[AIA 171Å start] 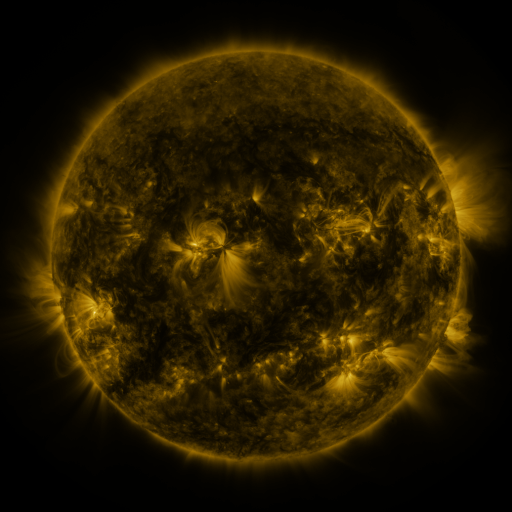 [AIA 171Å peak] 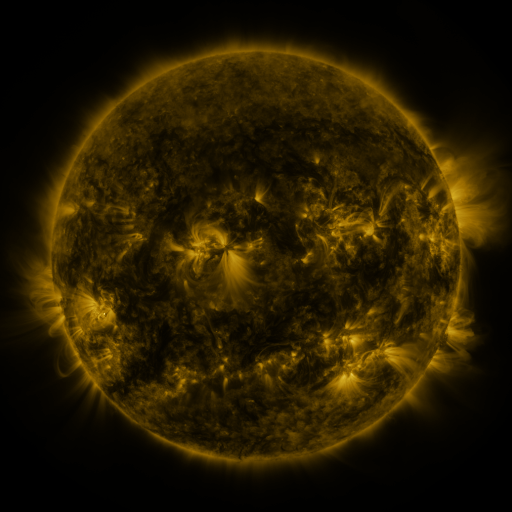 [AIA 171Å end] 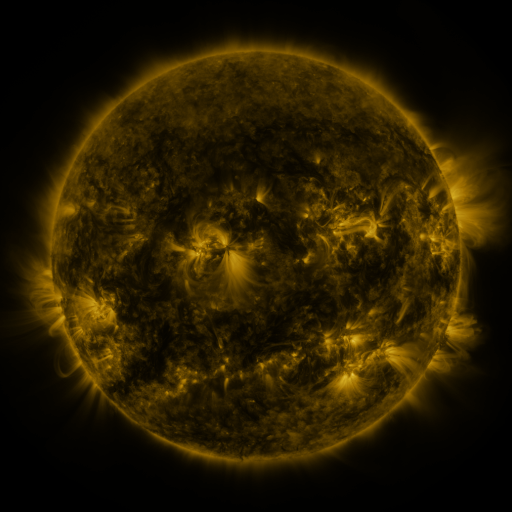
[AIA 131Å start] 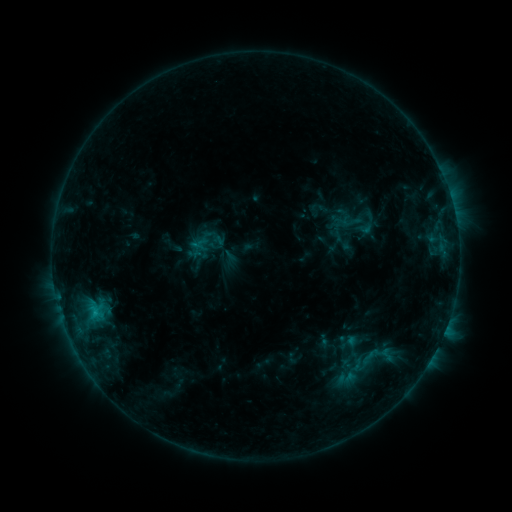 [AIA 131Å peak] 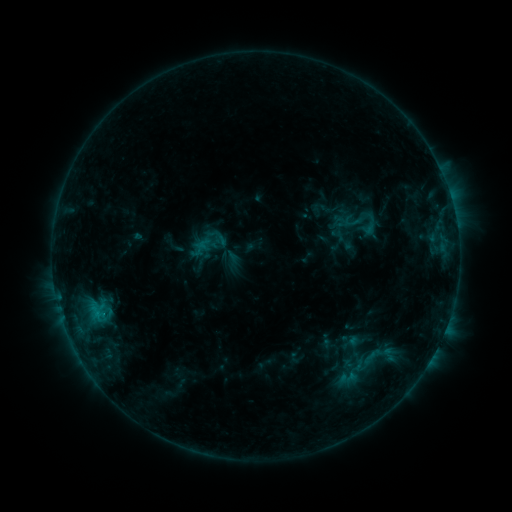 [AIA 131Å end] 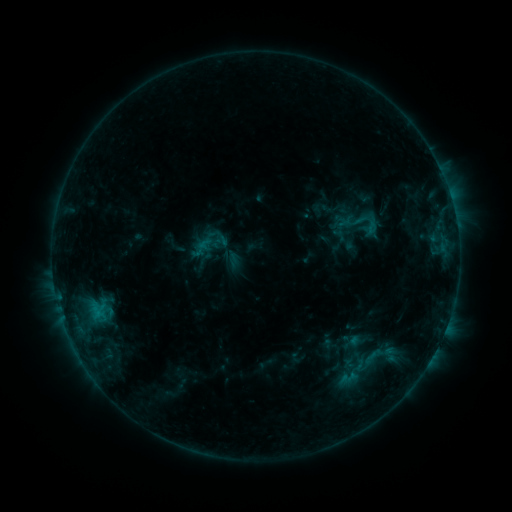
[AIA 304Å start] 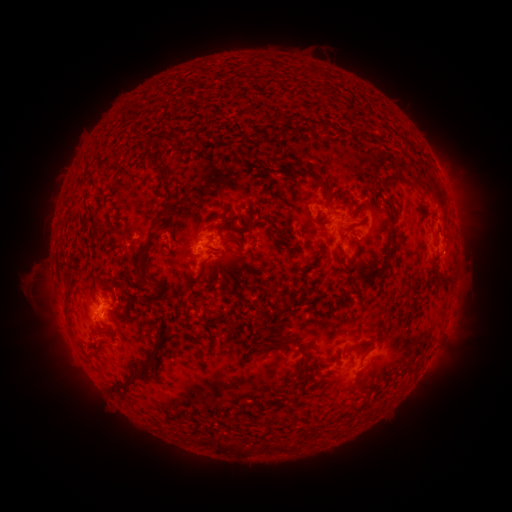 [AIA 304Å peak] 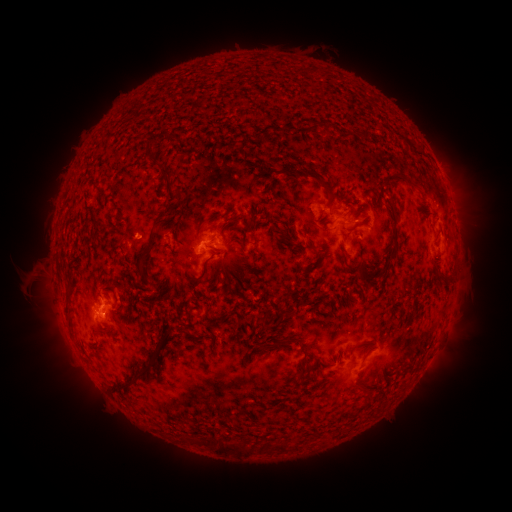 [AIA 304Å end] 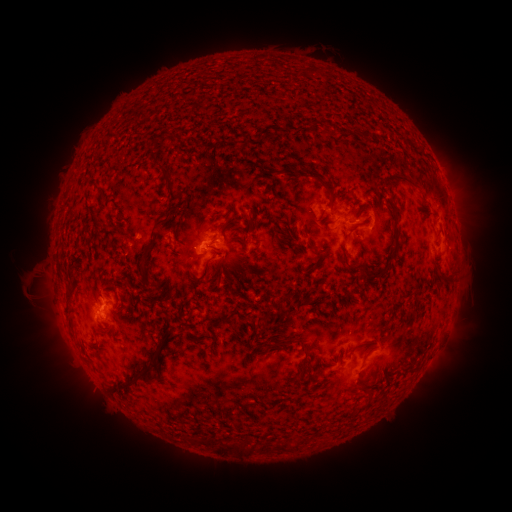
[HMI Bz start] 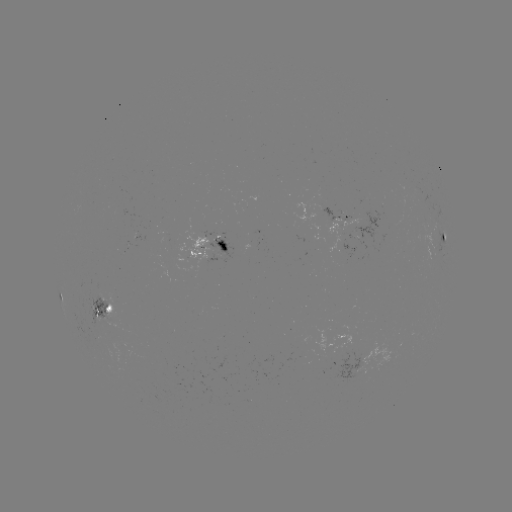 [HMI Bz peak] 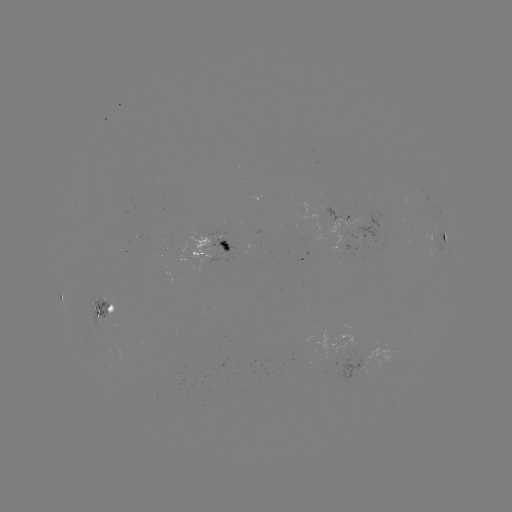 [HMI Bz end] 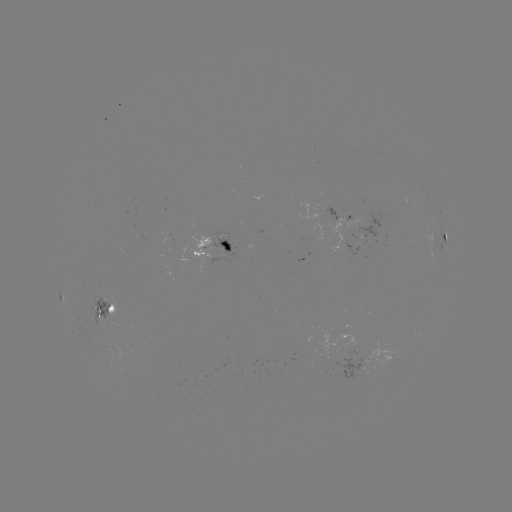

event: emerging-flux region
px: (222, 241)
